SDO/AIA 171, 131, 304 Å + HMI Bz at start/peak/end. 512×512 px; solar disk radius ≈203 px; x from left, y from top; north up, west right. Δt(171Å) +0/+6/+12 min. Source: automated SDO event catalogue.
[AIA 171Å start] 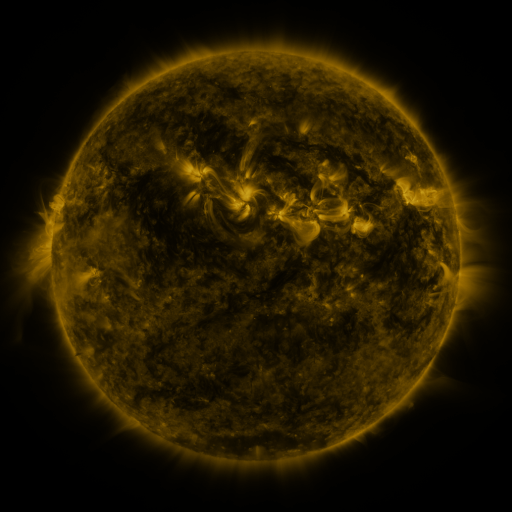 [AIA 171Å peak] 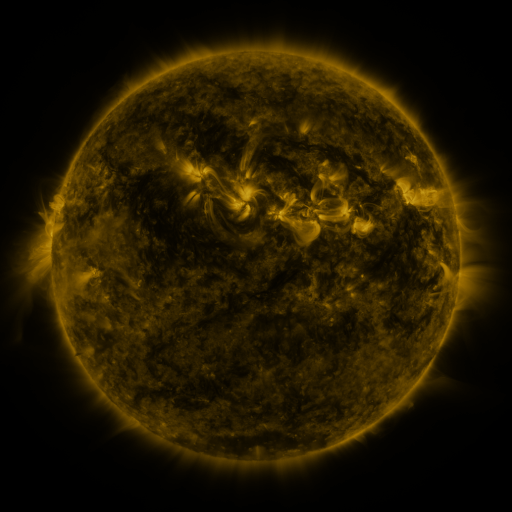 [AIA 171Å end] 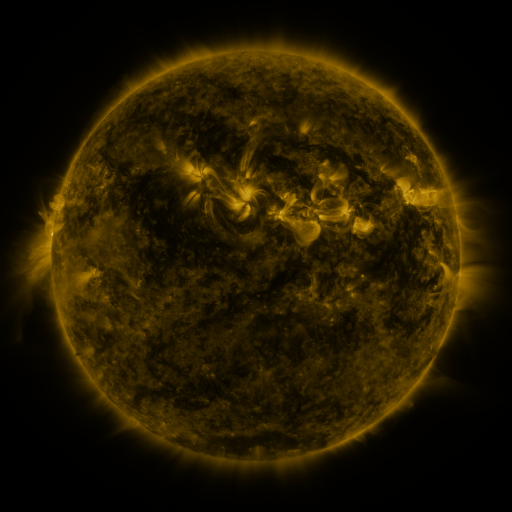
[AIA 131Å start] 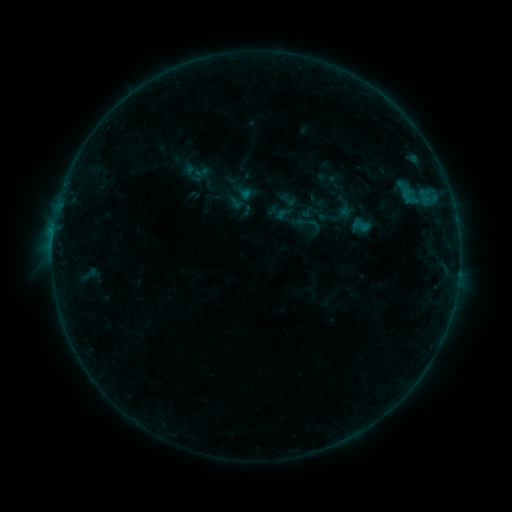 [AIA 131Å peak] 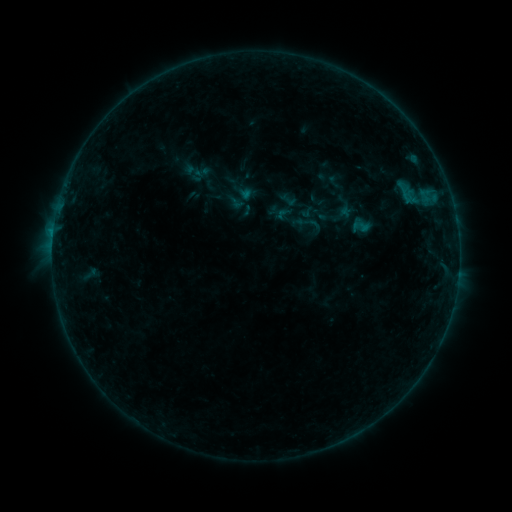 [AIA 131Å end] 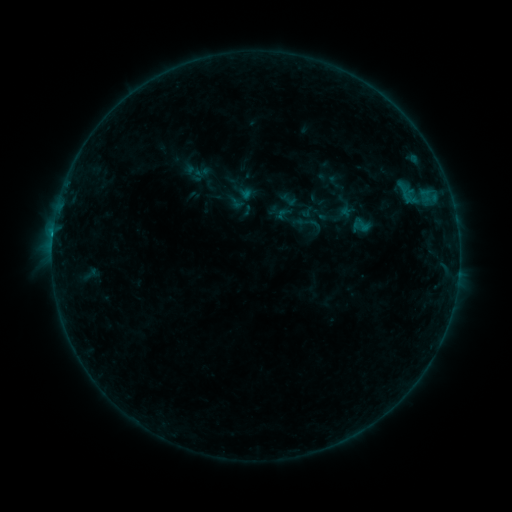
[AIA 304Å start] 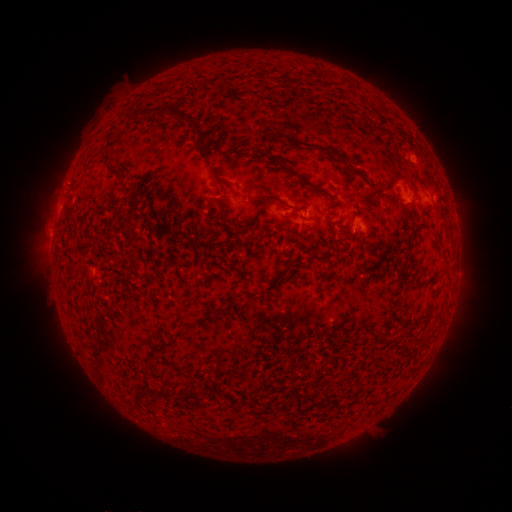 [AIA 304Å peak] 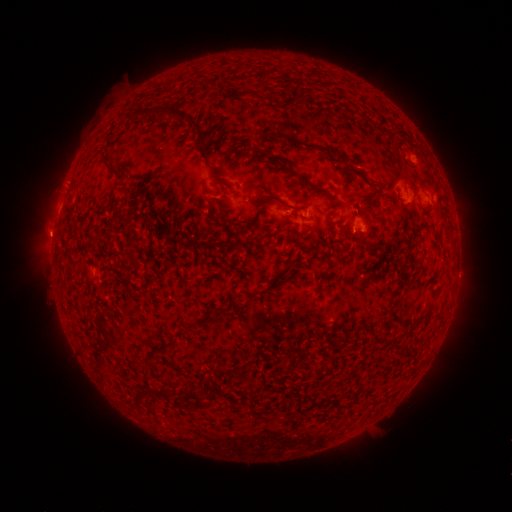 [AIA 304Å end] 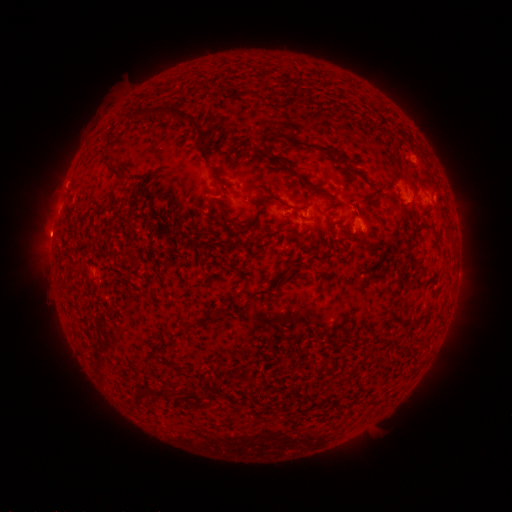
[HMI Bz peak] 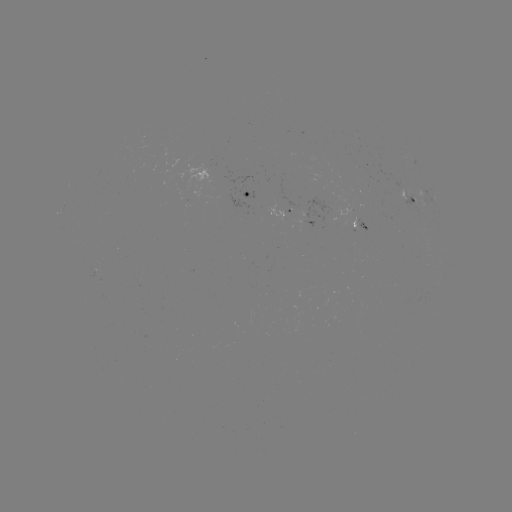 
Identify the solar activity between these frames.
eruption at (52, 234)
